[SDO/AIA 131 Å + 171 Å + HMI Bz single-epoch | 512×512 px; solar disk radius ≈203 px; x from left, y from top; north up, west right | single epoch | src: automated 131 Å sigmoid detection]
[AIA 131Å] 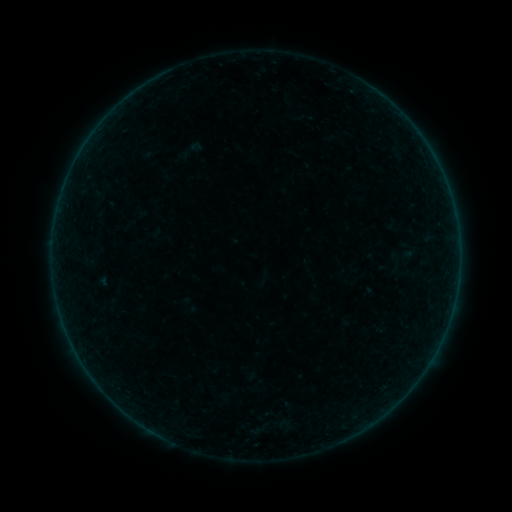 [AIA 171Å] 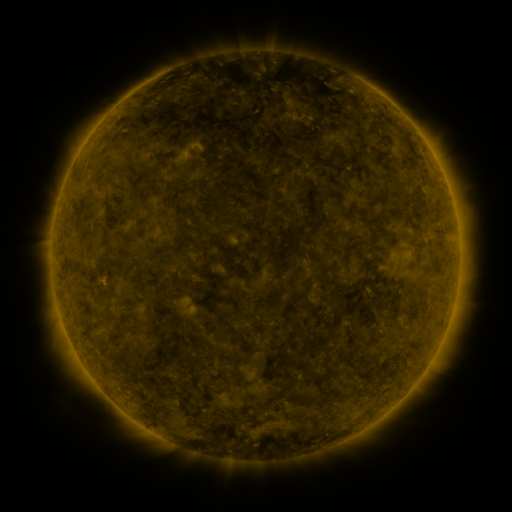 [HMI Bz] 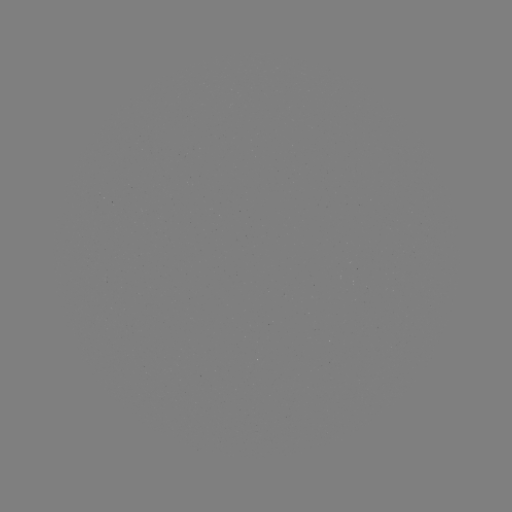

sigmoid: (180, 137, 204, 163)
